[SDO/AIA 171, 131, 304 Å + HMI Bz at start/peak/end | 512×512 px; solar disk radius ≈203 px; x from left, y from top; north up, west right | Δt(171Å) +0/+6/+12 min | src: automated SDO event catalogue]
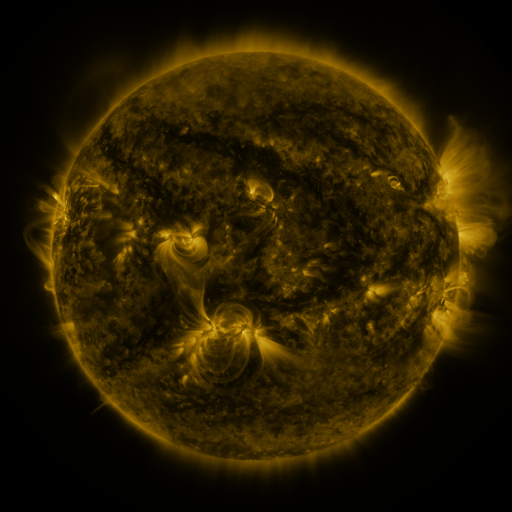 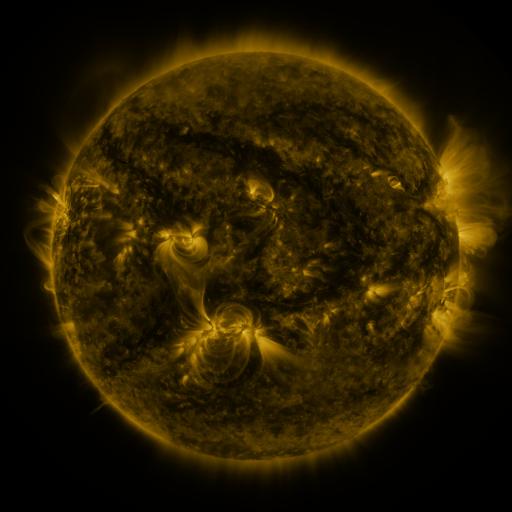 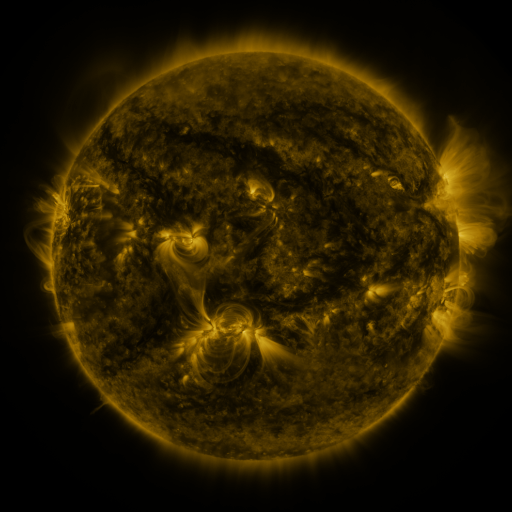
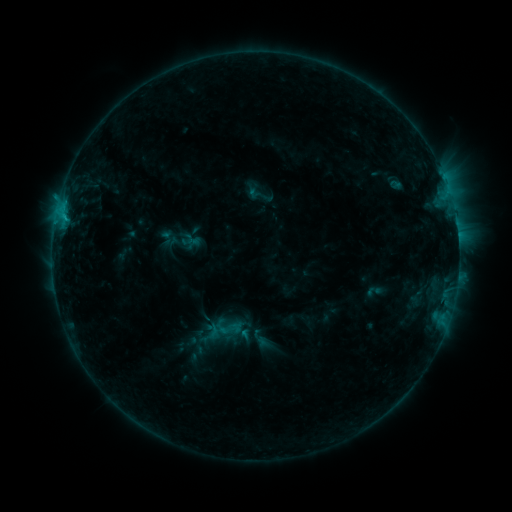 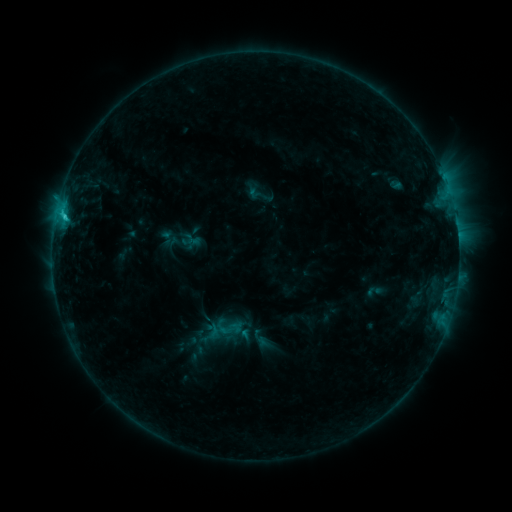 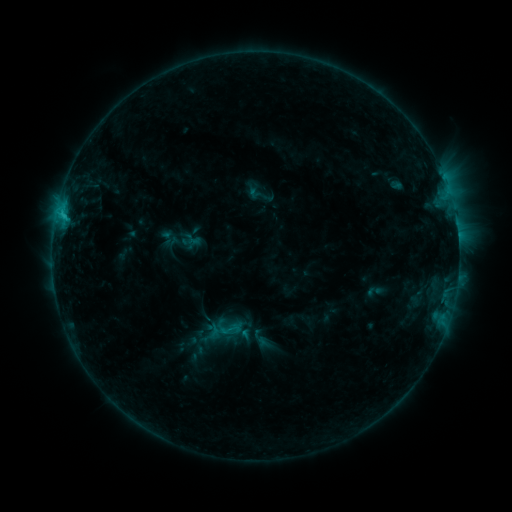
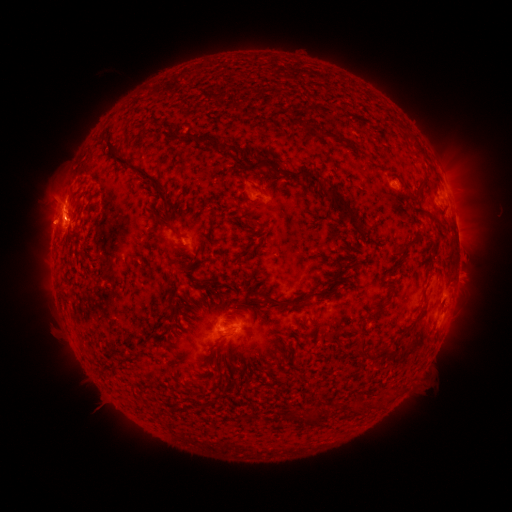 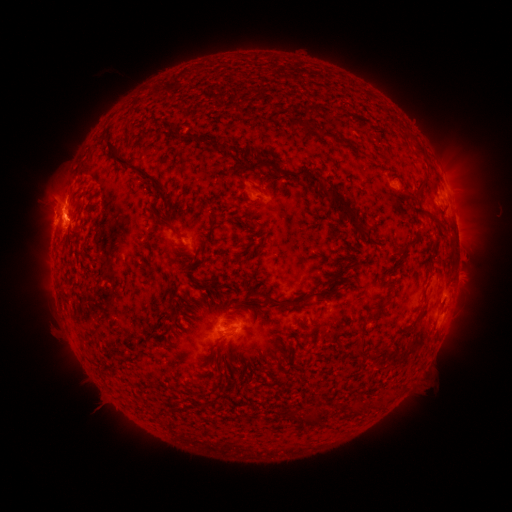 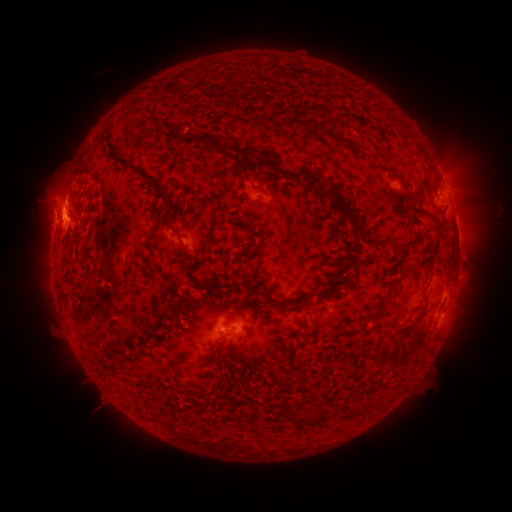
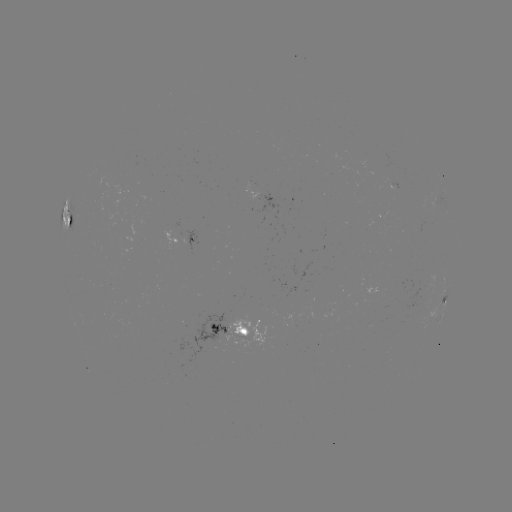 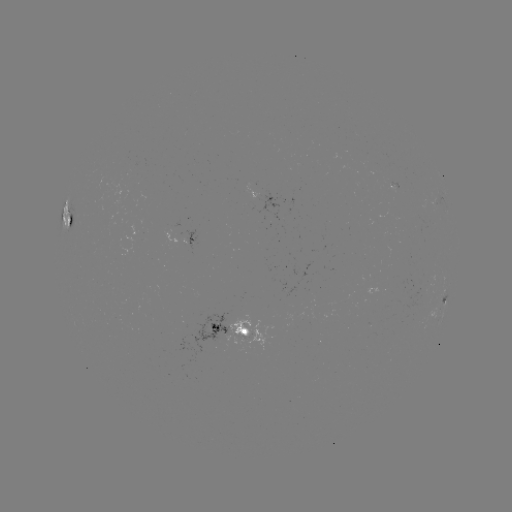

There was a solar flare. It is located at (65, 218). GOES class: C1.9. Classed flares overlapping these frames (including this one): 2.